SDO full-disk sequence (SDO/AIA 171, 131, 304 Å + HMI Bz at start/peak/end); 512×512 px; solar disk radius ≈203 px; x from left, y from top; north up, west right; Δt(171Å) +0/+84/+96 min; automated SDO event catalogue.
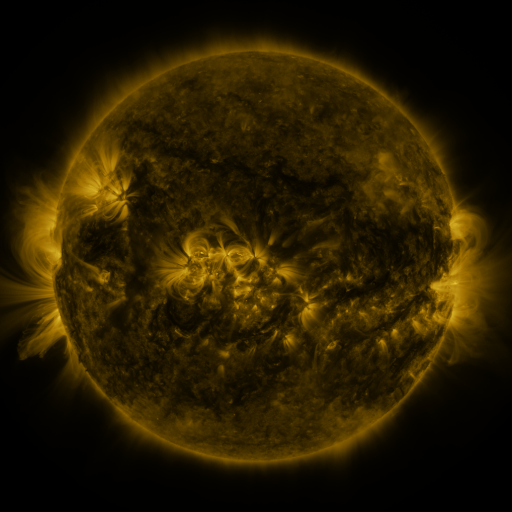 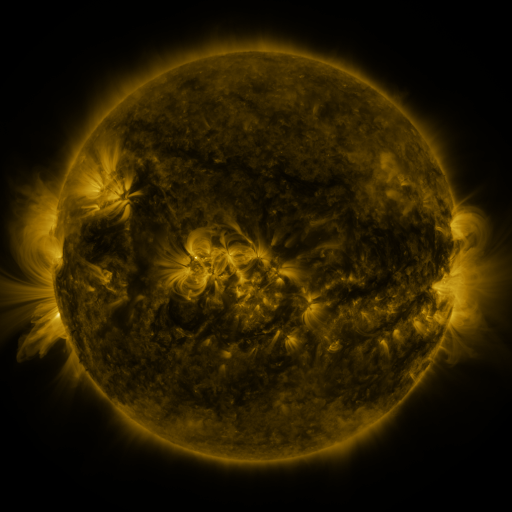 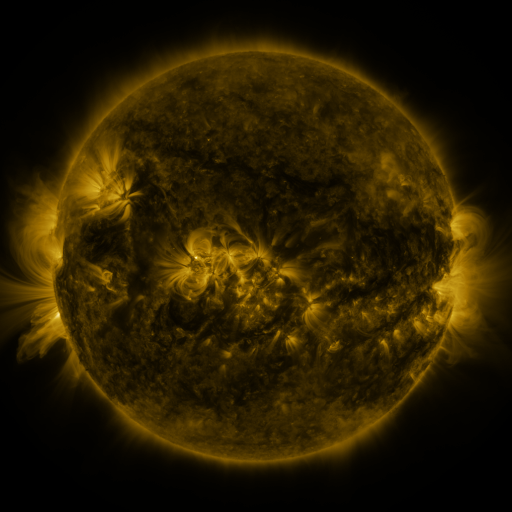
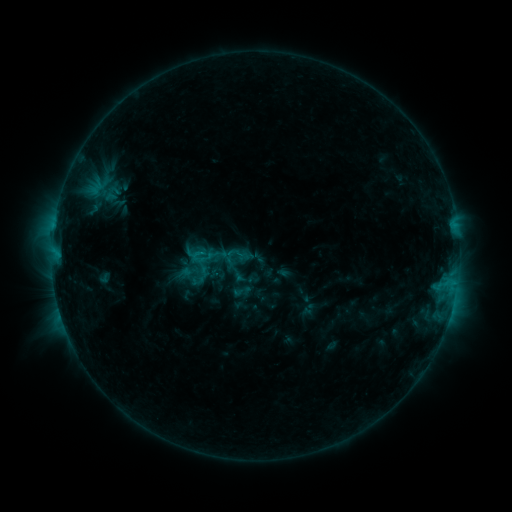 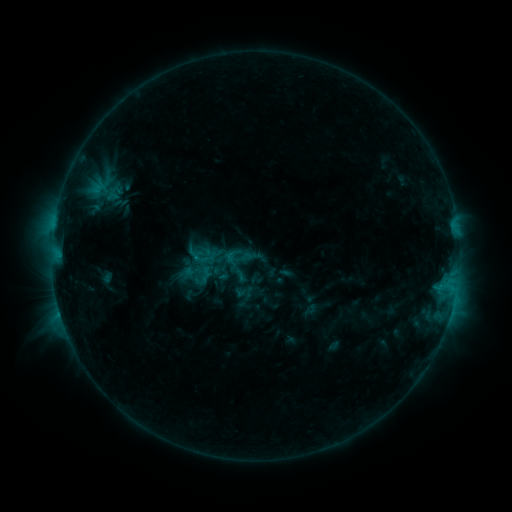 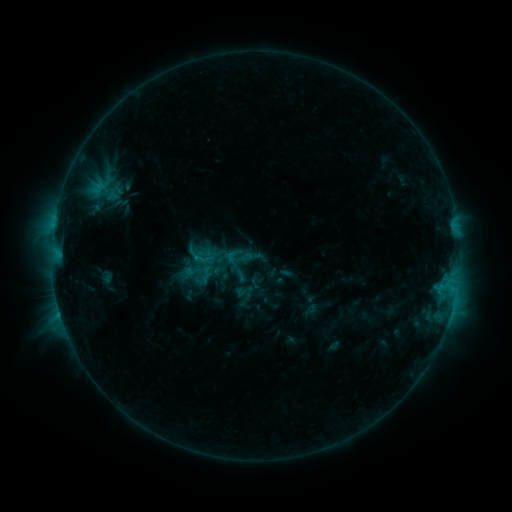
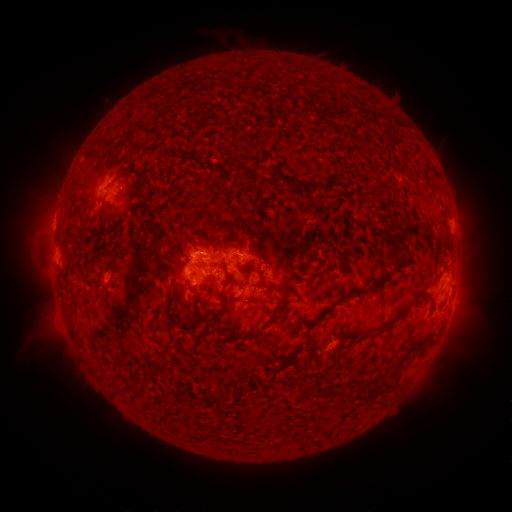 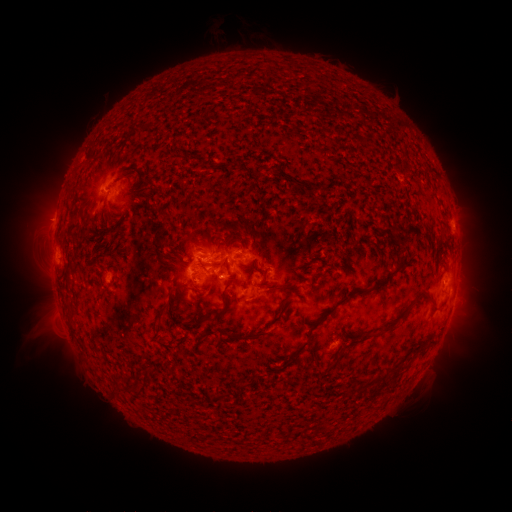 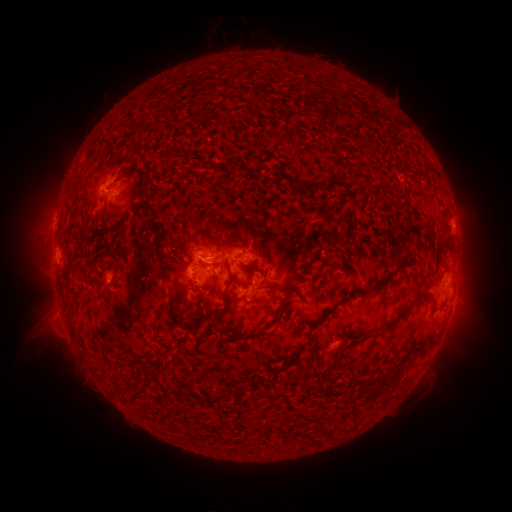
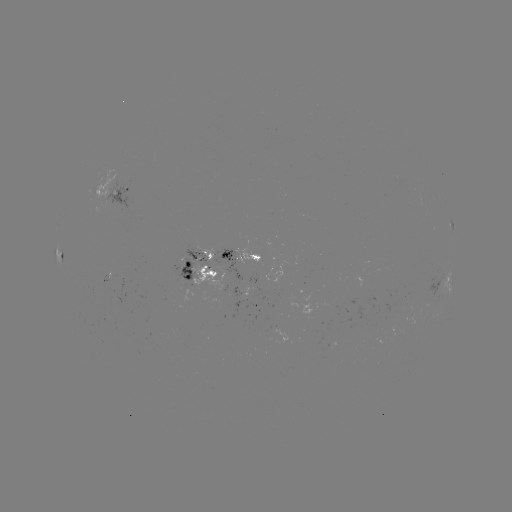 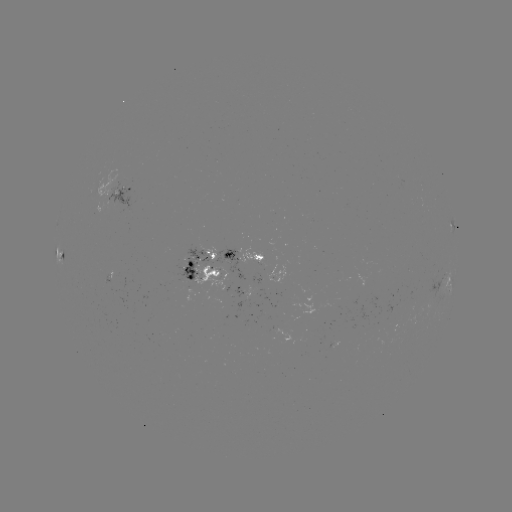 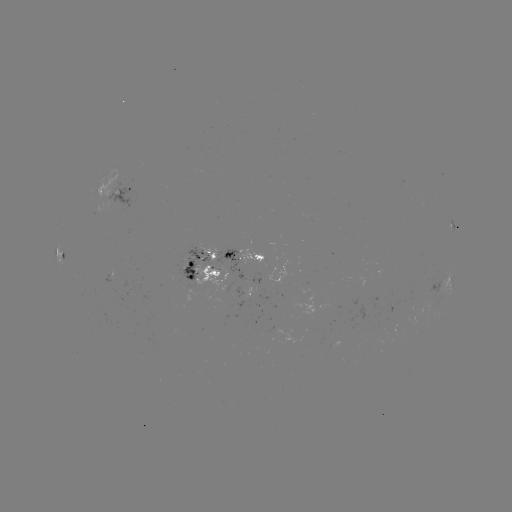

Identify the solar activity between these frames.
emerging-flux region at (187, 268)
